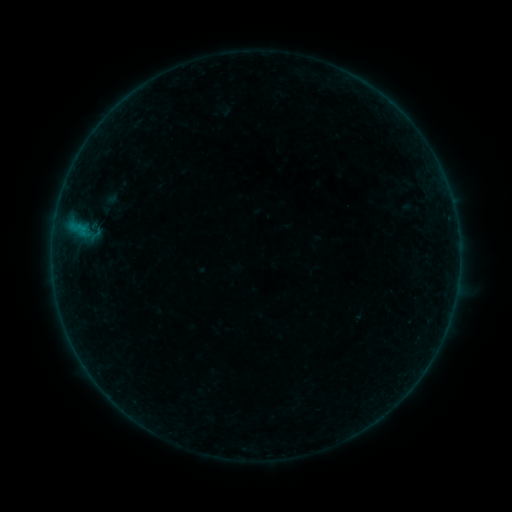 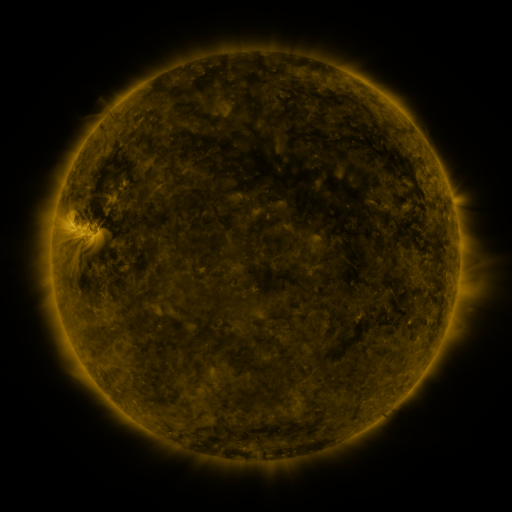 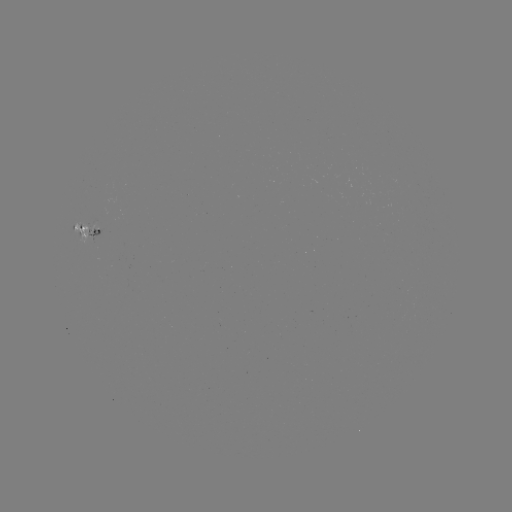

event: sigmoid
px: (97, 223)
